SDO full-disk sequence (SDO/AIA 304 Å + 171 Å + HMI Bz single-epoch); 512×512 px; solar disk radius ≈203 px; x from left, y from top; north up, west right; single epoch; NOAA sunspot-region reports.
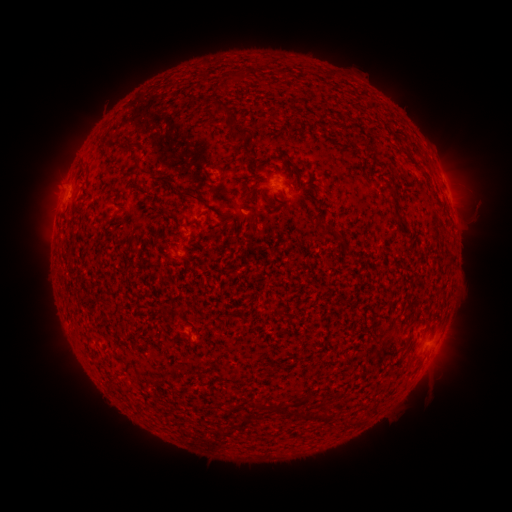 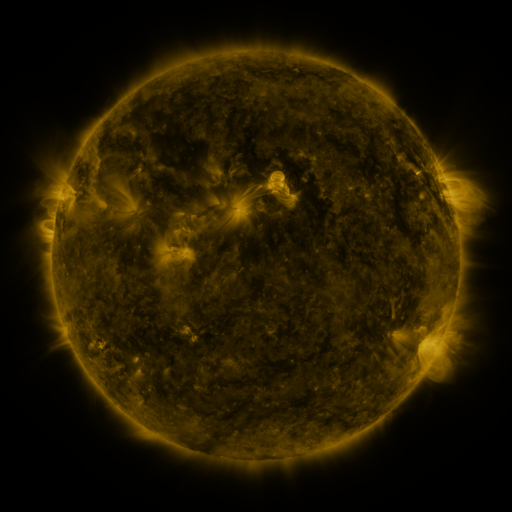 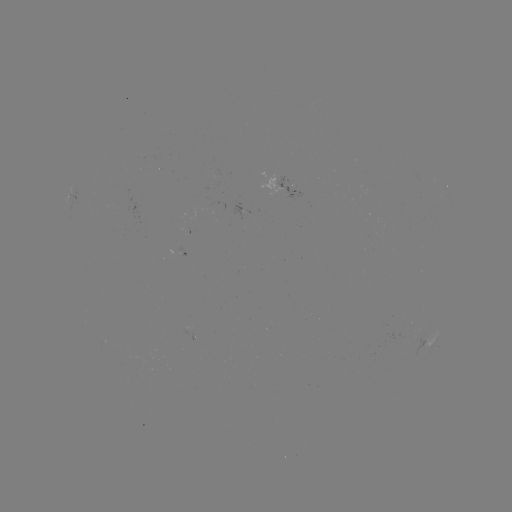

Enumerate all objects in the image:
spotted active region: (288, 186)
spotted active region: (75, 192)
spotted active region: (448, 194)
spotted active region: (428, 341)
